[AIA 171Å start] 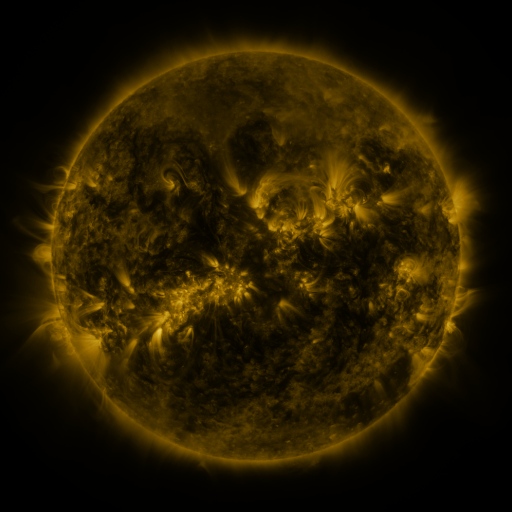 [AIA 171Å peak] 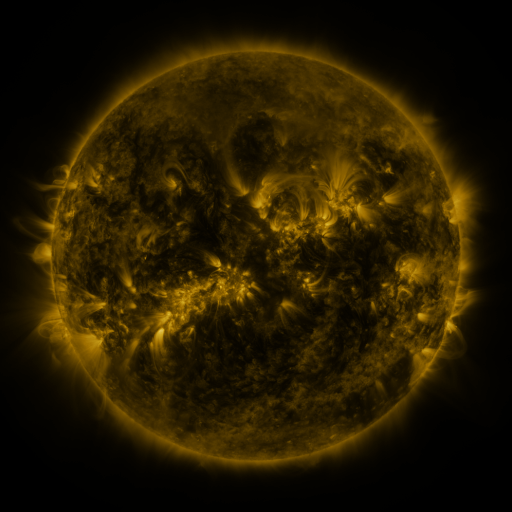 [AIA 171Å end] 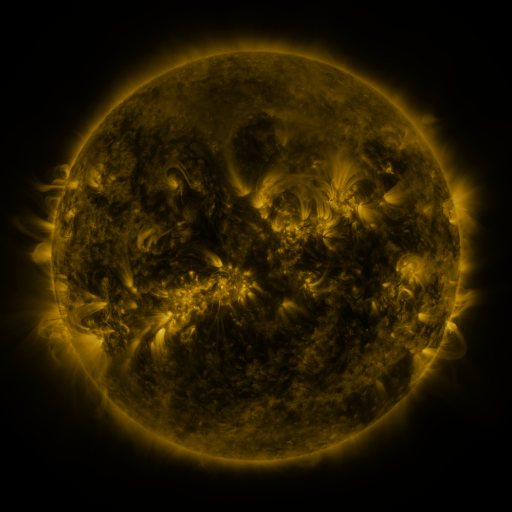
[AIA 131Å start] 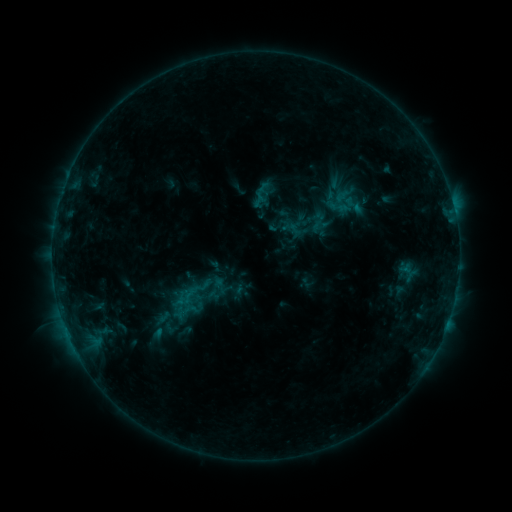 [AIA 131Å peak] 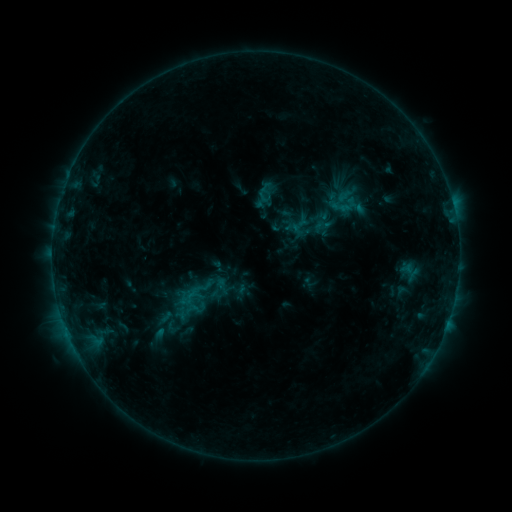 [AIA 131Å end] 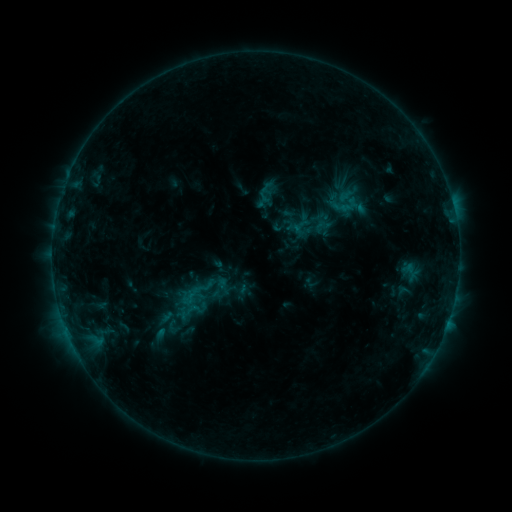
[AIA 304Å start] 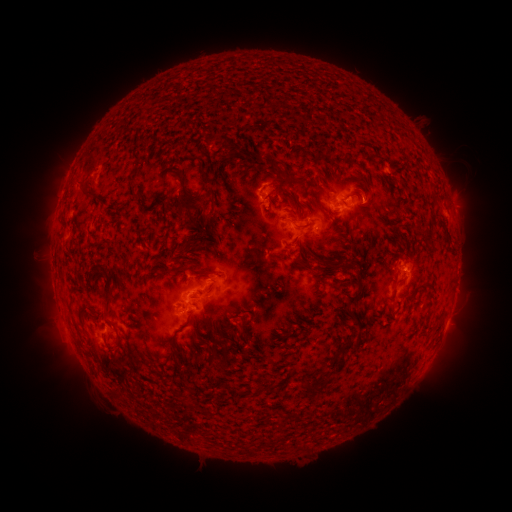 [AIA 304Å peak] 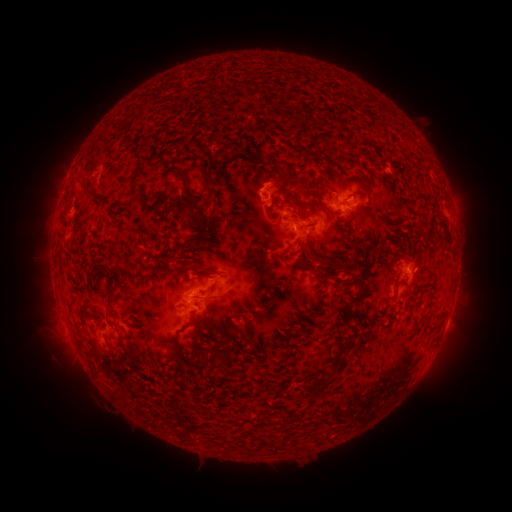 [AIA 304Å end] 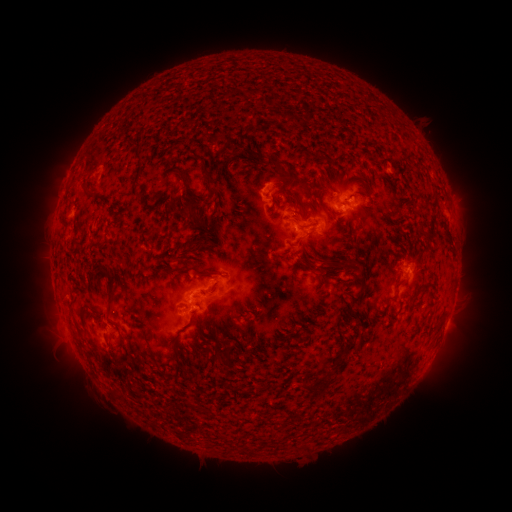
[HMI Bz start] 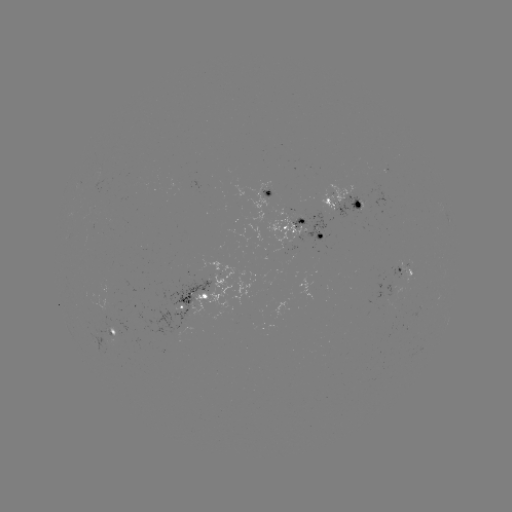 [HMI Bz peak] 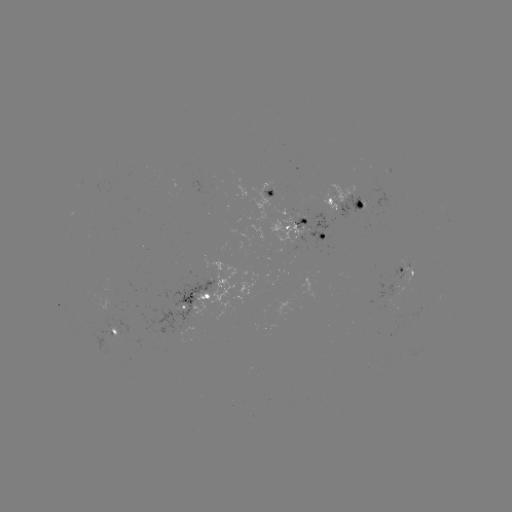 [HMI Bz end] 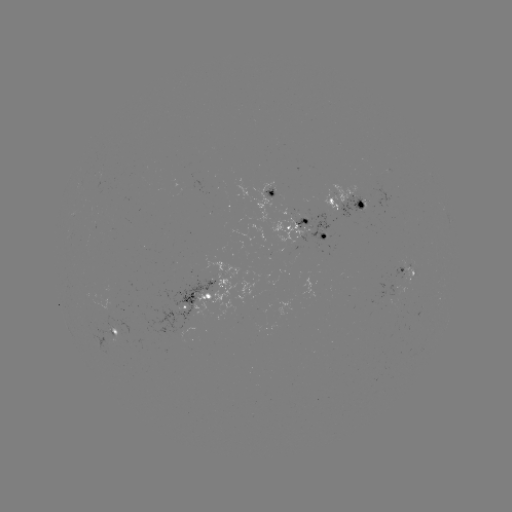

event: emerging-flux region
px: (374, 200)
